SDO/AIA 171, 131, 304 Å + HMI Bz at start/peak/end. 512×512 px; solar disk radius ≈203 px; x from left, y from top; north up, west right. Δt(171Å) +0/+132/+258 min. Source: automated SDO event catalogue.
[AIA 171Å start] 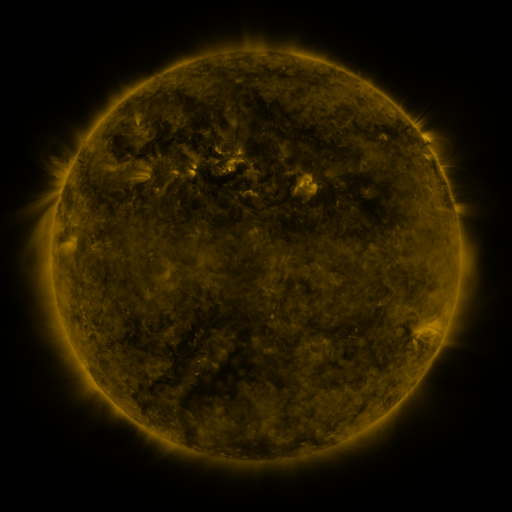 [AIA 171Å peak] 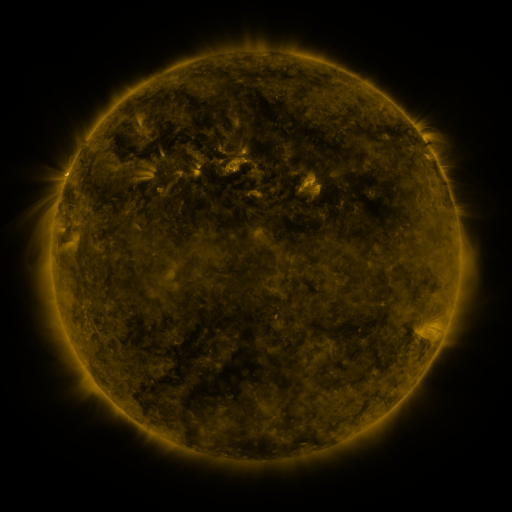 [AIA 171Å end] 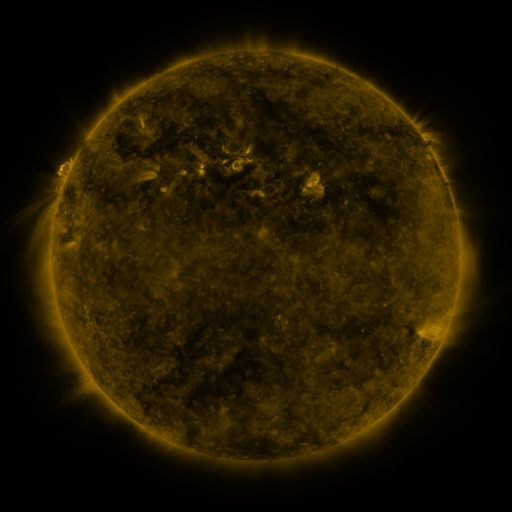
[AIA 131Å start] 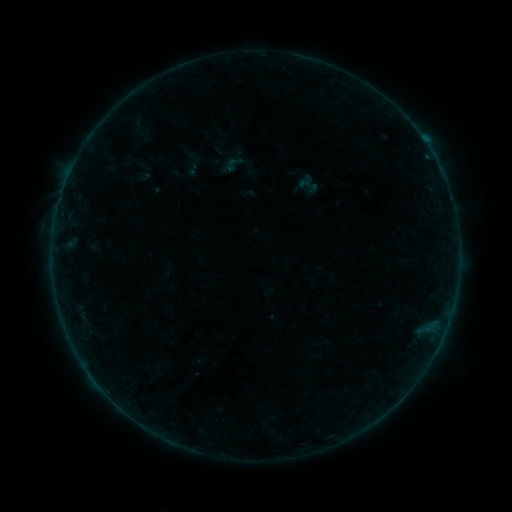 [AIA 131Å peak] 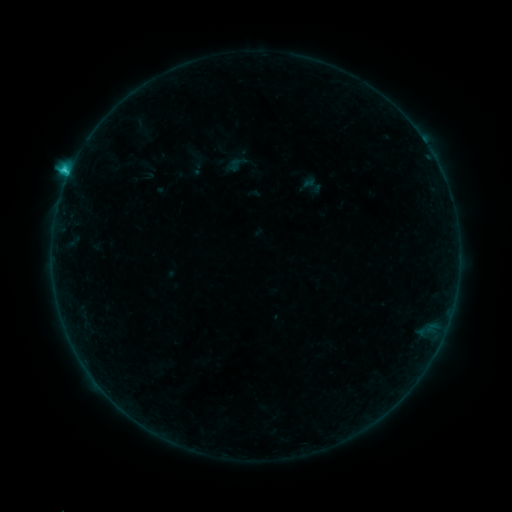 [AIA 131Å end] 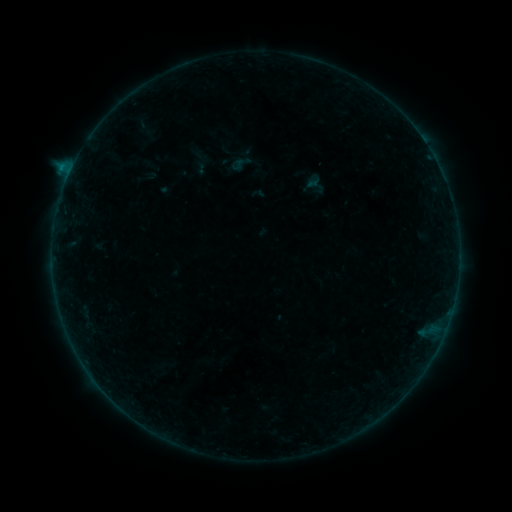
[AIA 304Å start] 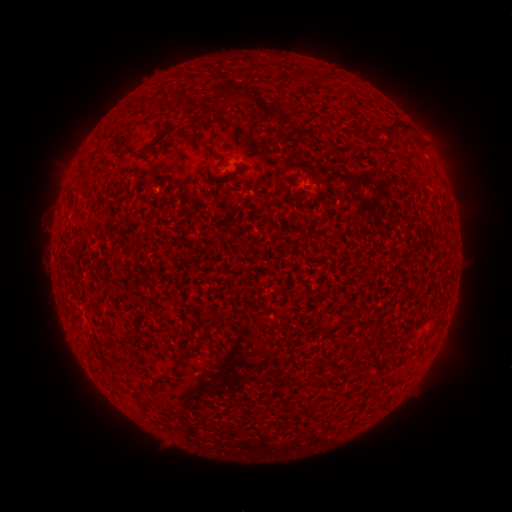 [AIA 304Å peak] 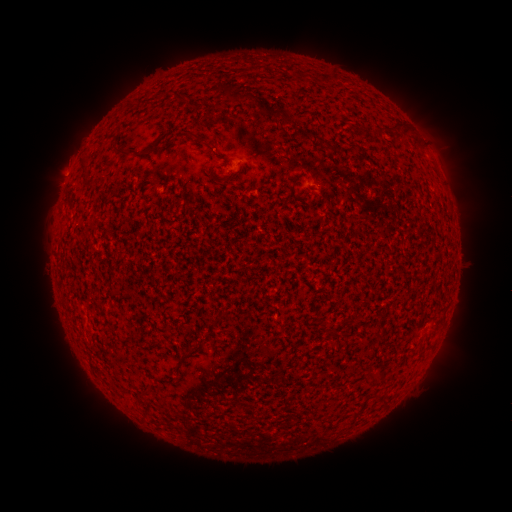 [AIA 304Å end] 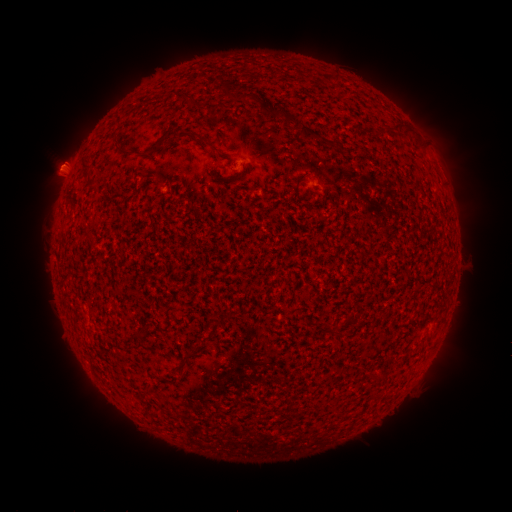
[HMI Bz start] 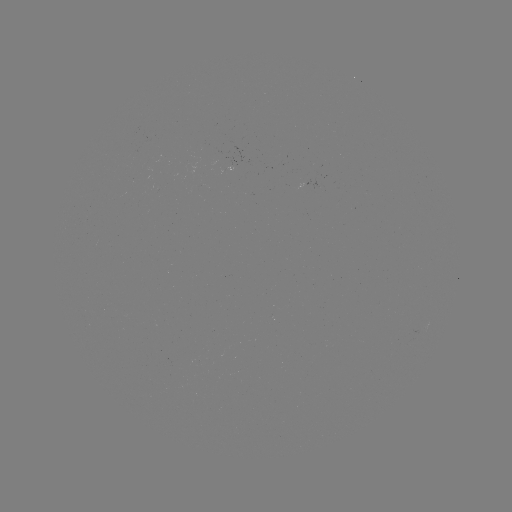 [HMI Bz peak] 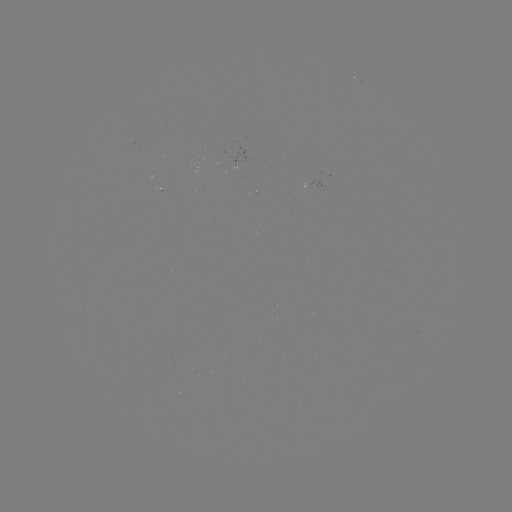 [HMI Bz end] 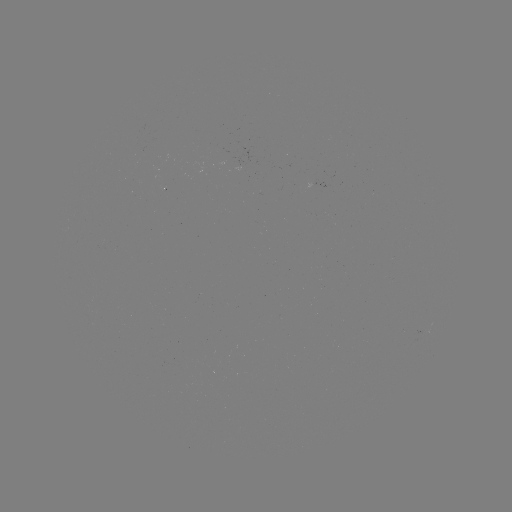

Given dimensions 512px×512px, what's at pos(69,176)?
C1.7 flare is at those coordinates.